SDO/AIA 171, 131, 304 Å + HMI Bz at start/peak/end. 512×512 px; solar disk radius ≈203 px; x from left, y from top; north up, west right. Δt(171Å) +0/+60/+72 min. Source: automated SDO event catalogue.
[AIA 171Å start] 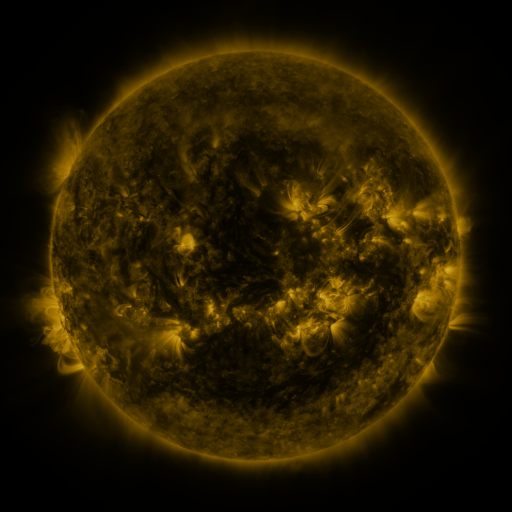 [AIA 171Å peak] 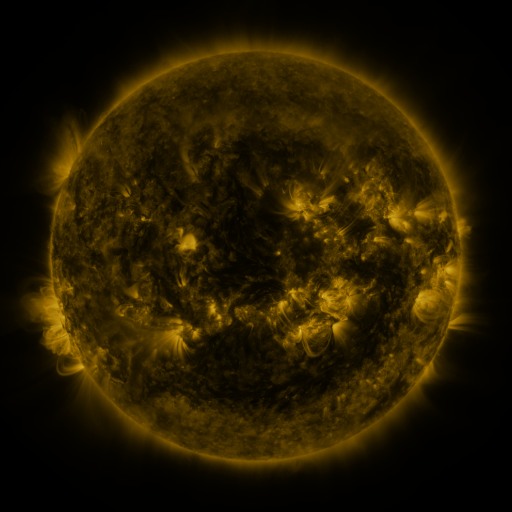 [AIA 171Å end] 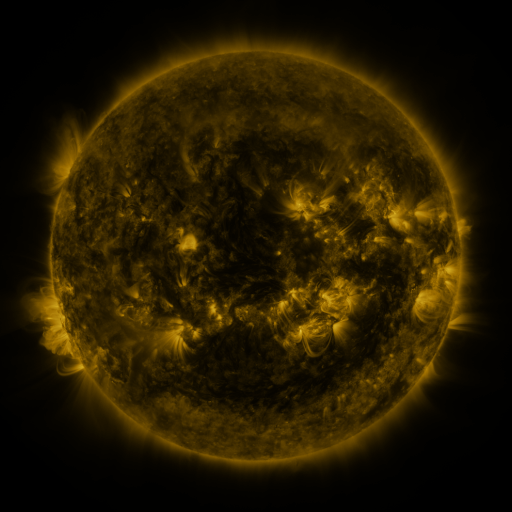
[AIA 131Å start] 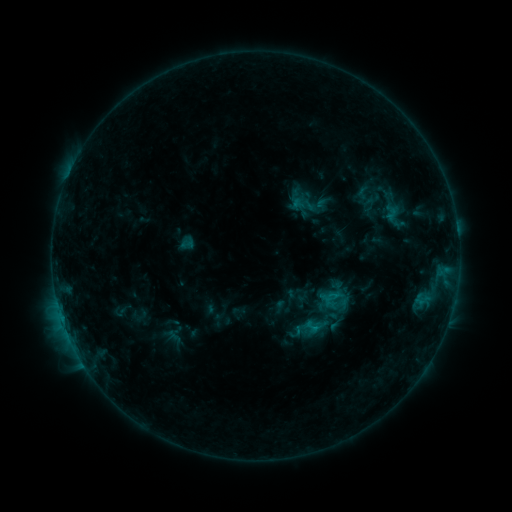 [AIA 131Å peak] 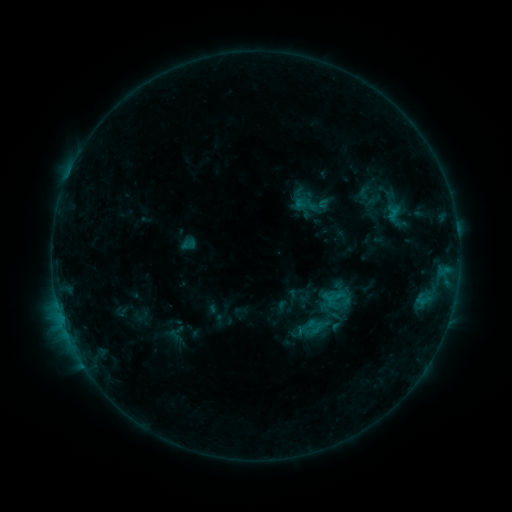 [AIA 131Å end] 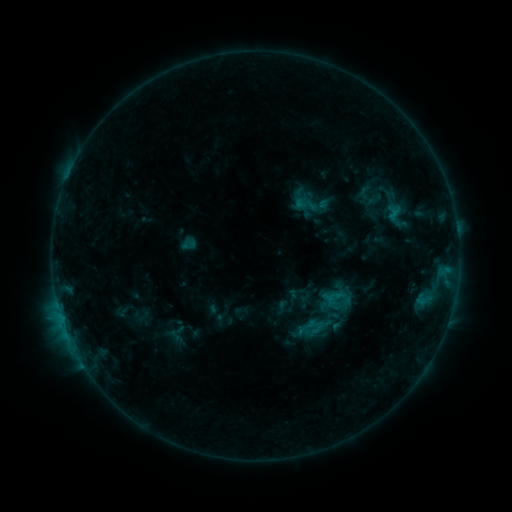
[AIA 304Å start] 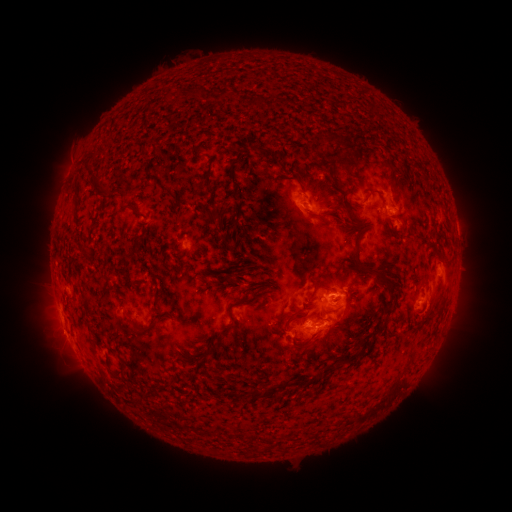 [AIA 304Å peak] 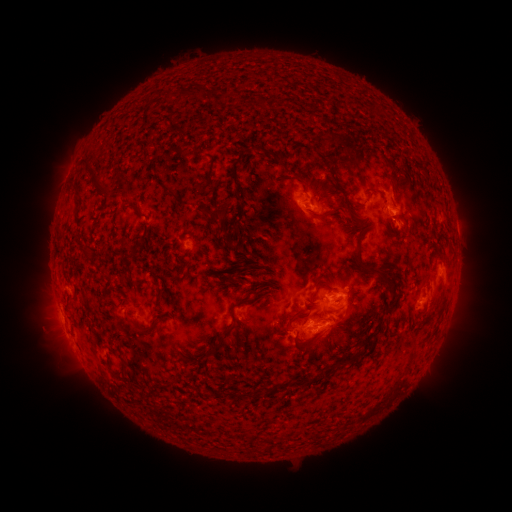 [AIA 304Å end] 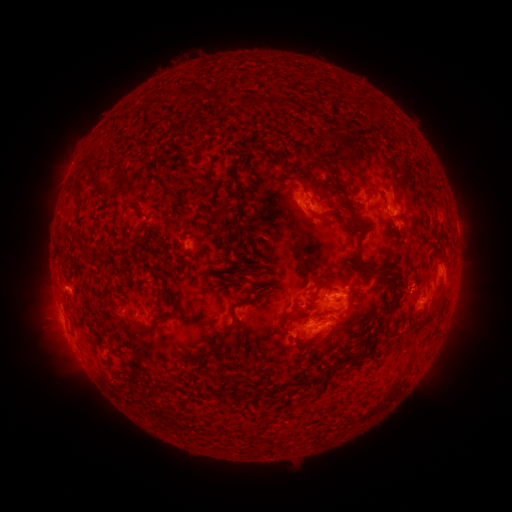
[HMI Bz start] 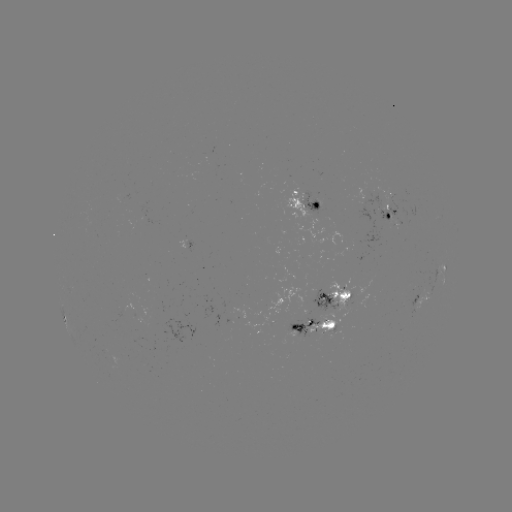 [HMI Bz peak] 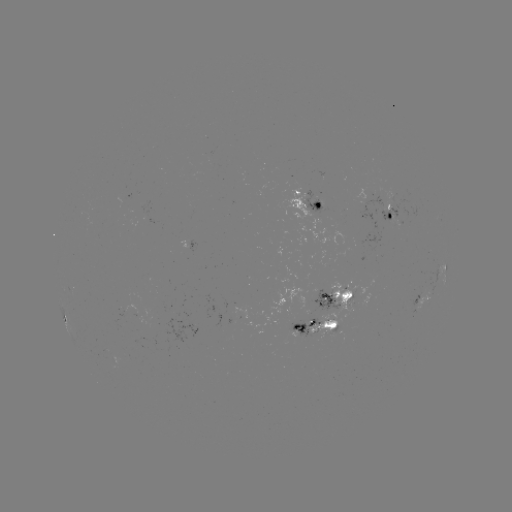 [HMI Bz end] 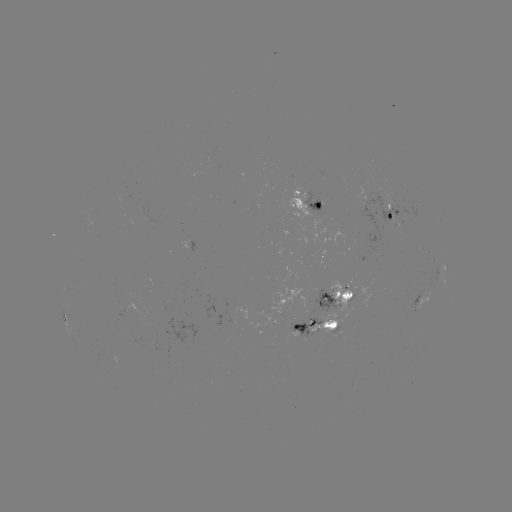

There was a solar emerging-flux region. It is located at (316, 222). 